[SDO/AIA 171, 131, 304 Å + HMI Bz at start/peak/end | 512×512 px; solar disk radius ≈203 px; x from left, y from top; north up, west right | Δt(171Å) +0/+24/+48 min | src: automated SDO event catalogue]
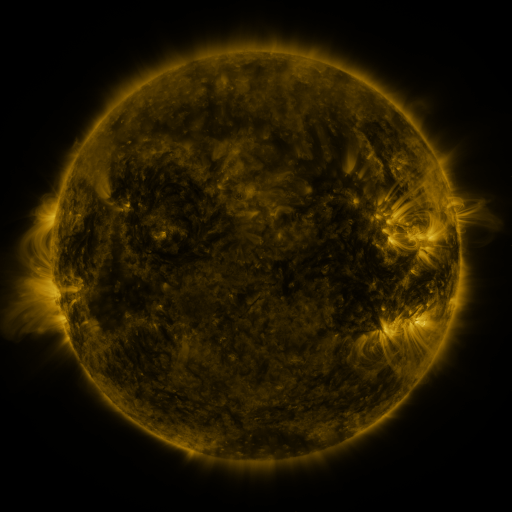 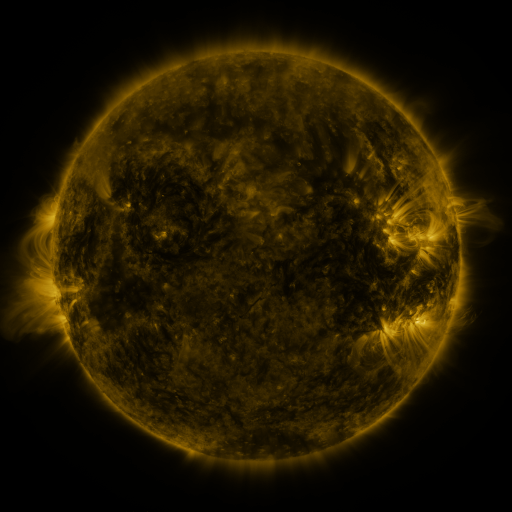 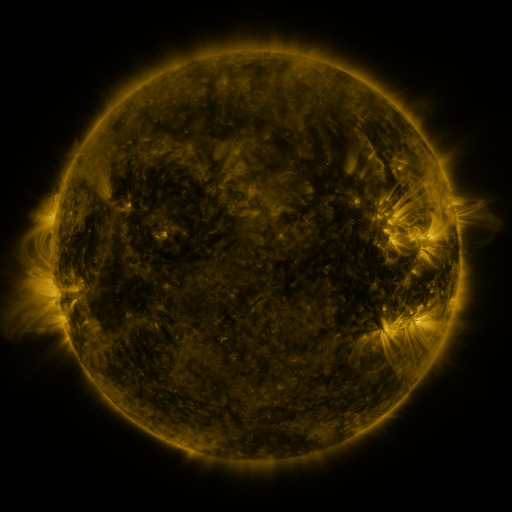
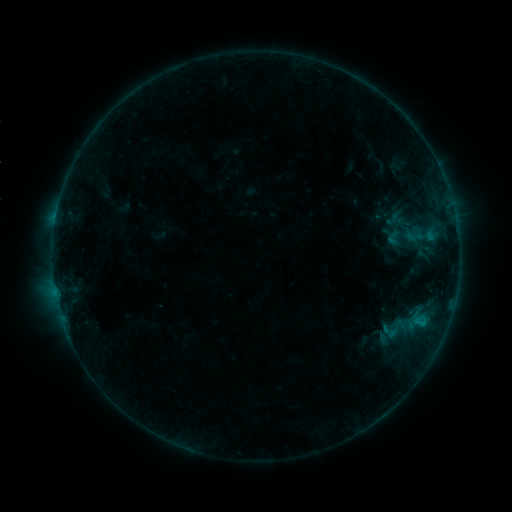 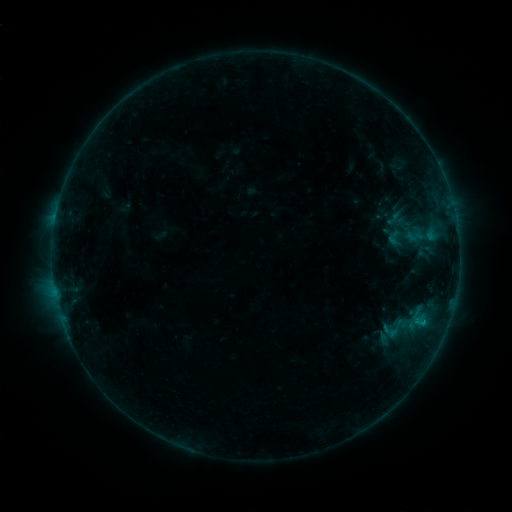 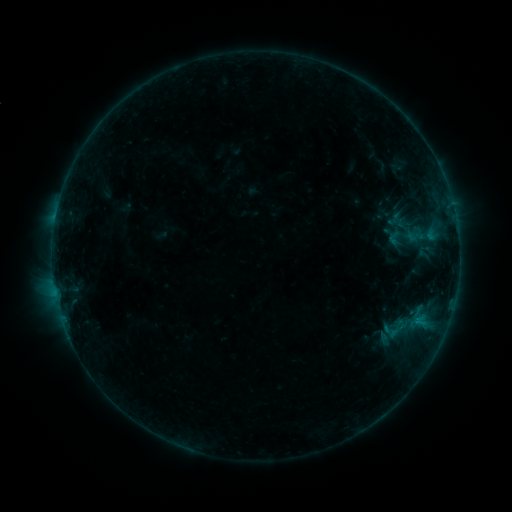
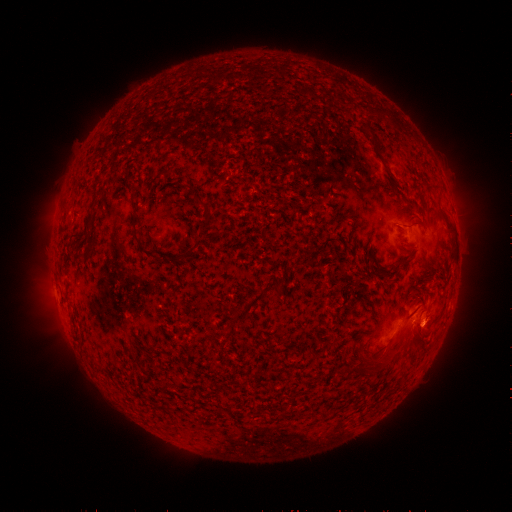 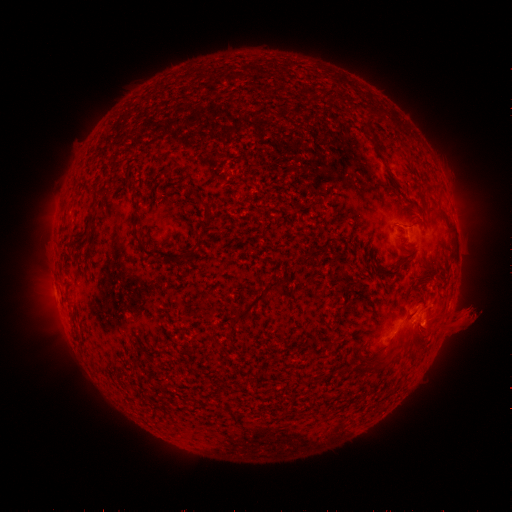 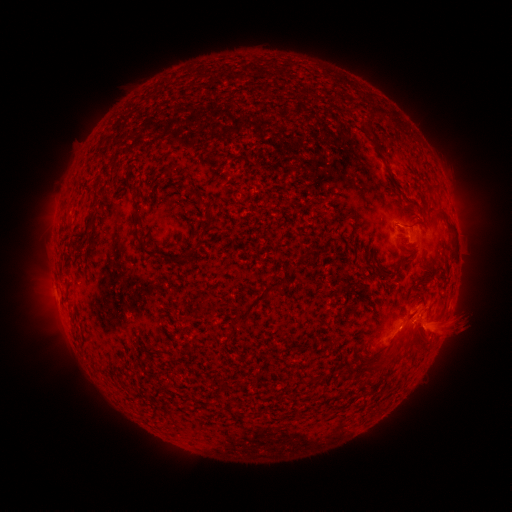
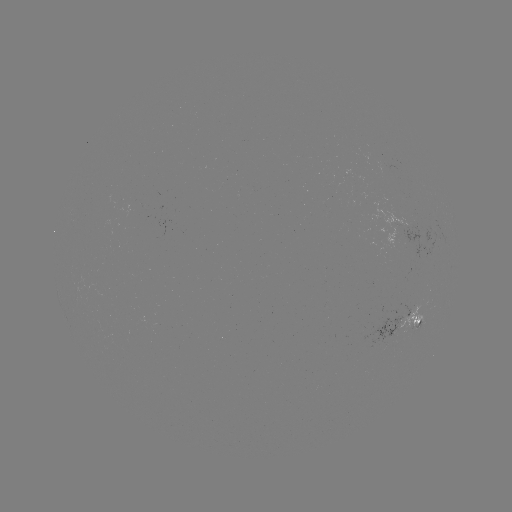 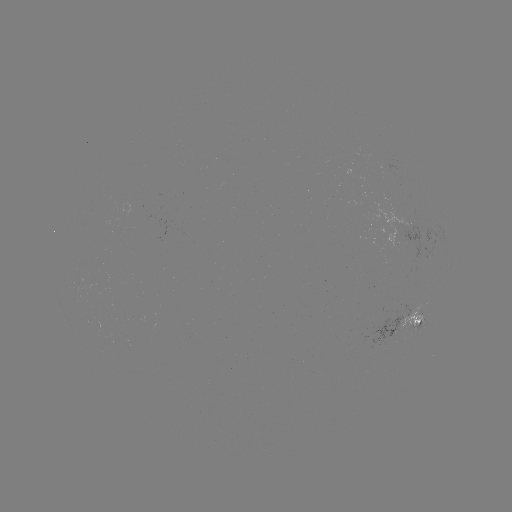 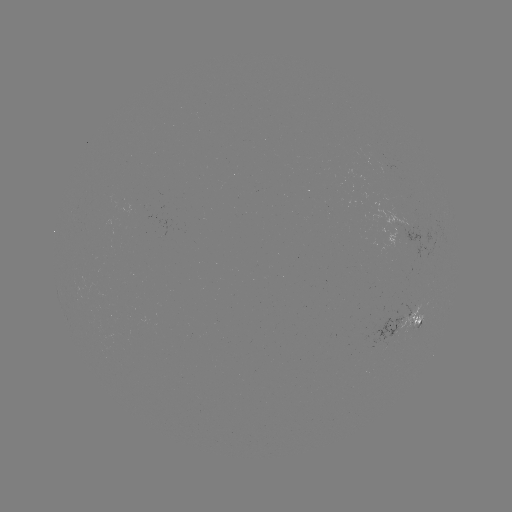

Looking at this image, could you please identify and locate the eruption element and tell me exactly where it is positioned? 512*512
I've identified eruption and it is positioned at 450,324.